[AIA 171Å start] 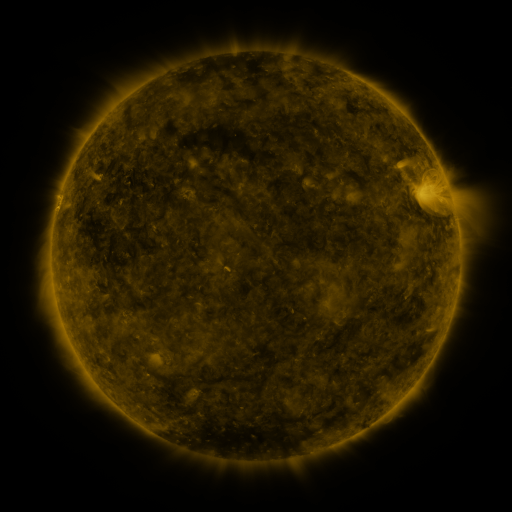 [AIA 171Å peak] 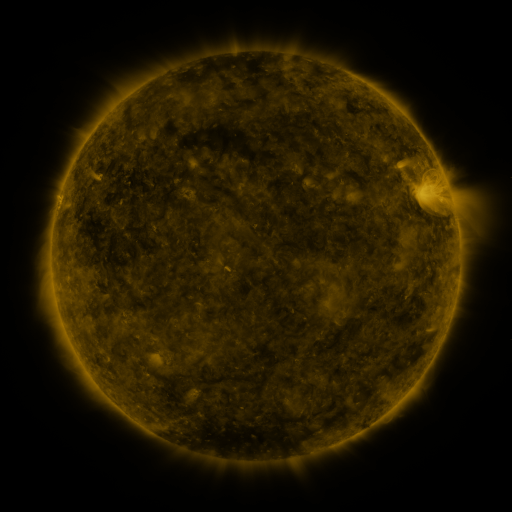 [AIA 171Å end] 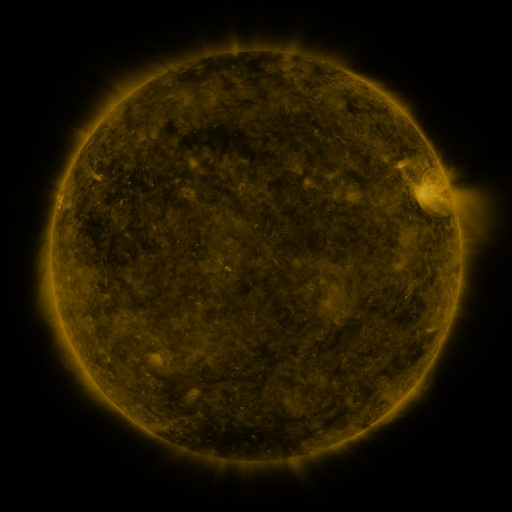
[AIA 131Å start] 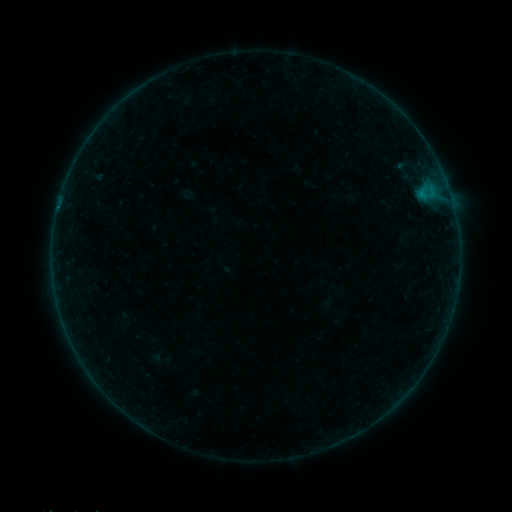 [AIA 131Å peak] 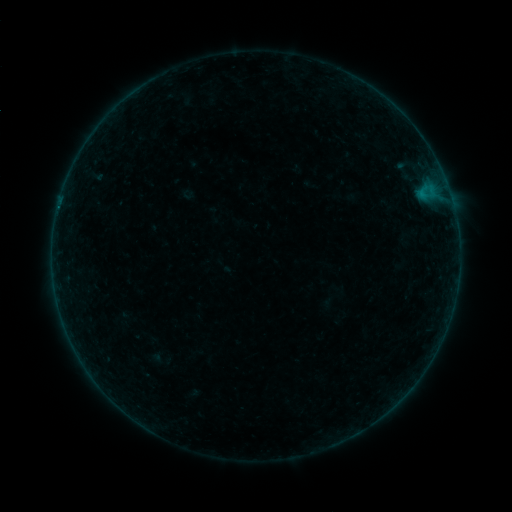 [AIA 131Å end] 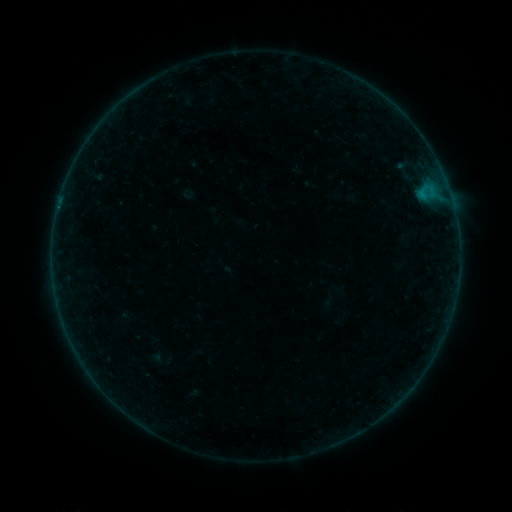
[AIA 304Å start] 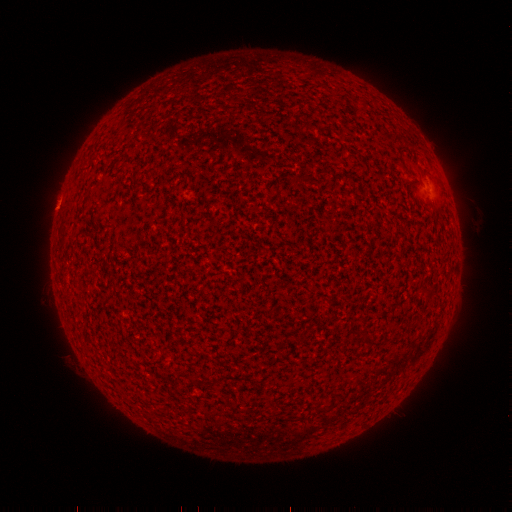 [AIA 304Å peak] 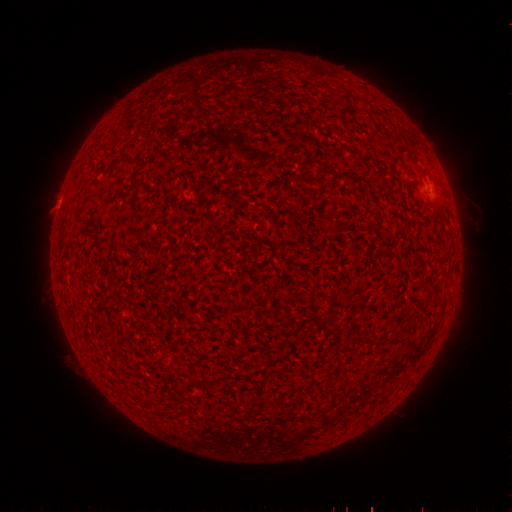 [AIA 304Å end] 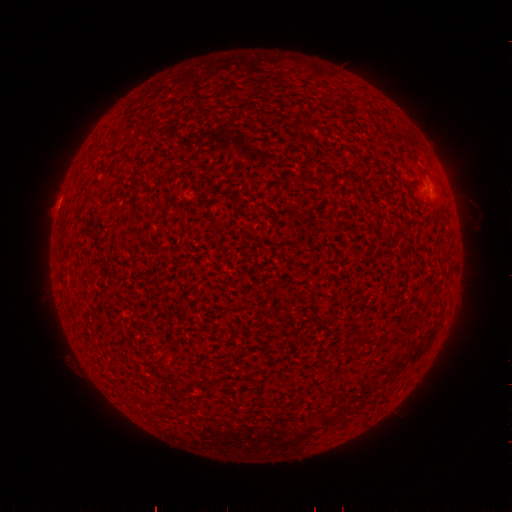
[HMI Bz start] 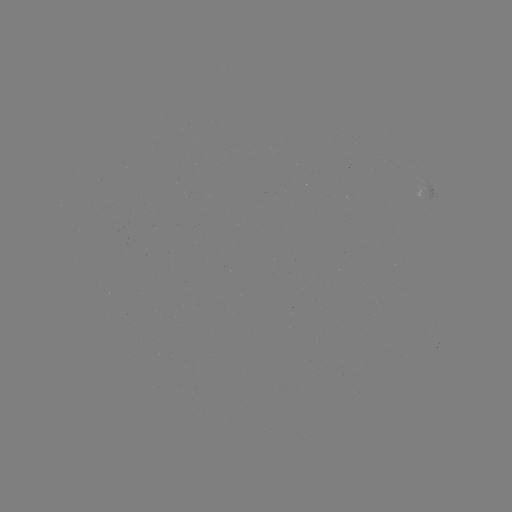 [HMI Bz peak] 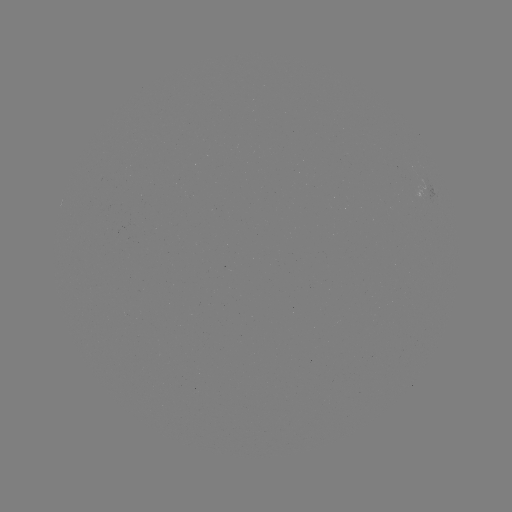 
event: flare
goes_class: B1.1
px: (58, 210)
